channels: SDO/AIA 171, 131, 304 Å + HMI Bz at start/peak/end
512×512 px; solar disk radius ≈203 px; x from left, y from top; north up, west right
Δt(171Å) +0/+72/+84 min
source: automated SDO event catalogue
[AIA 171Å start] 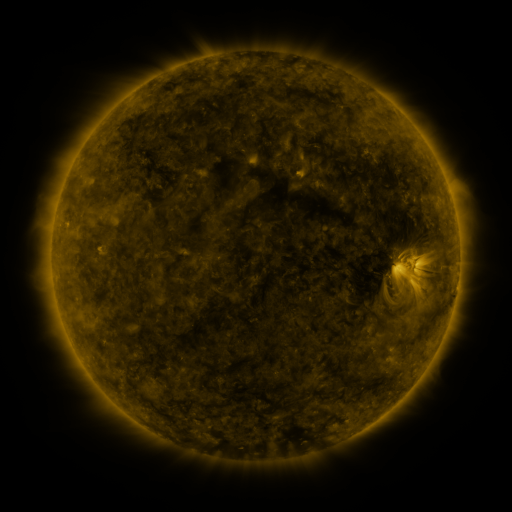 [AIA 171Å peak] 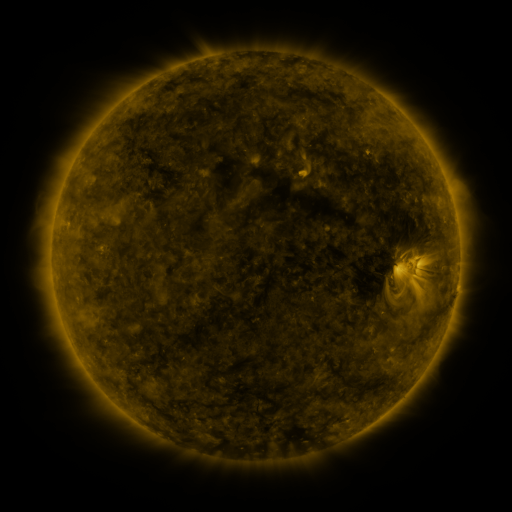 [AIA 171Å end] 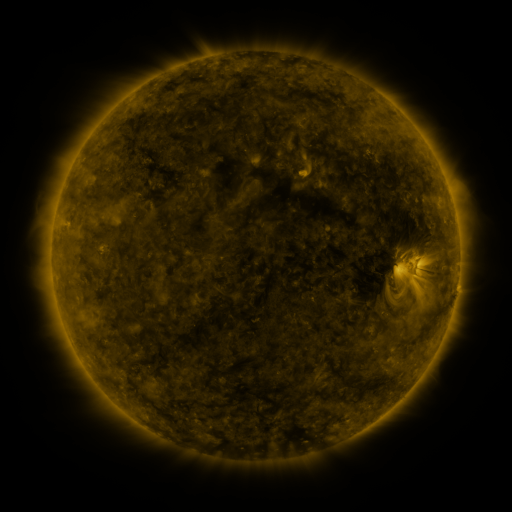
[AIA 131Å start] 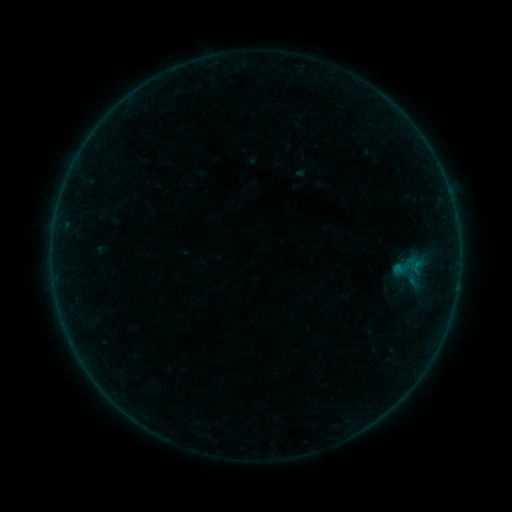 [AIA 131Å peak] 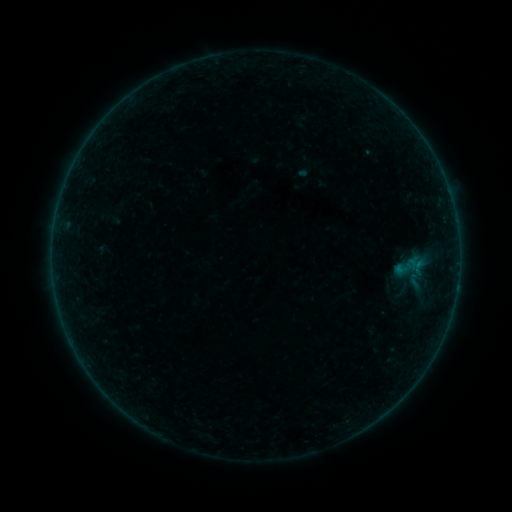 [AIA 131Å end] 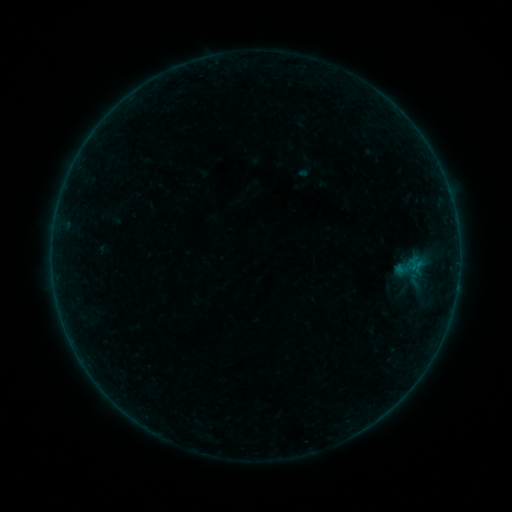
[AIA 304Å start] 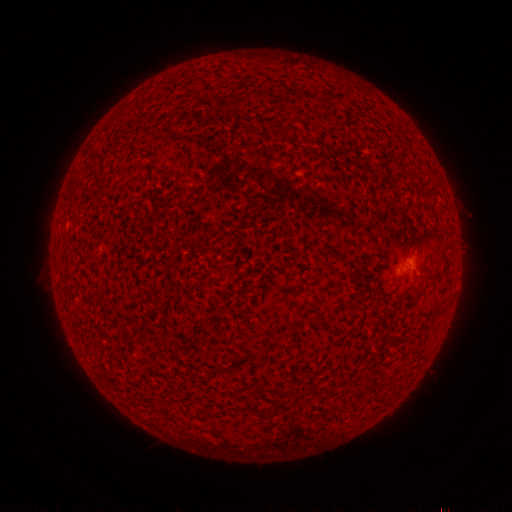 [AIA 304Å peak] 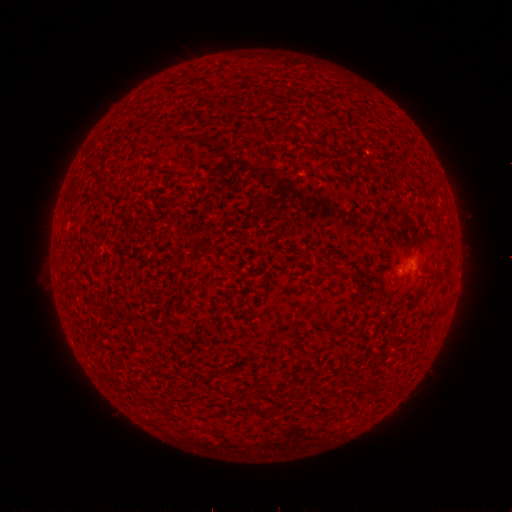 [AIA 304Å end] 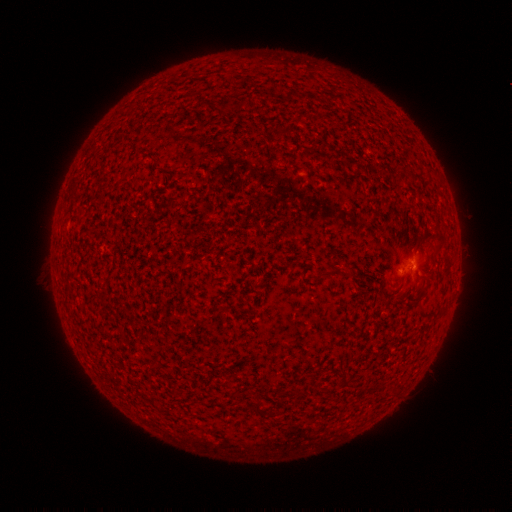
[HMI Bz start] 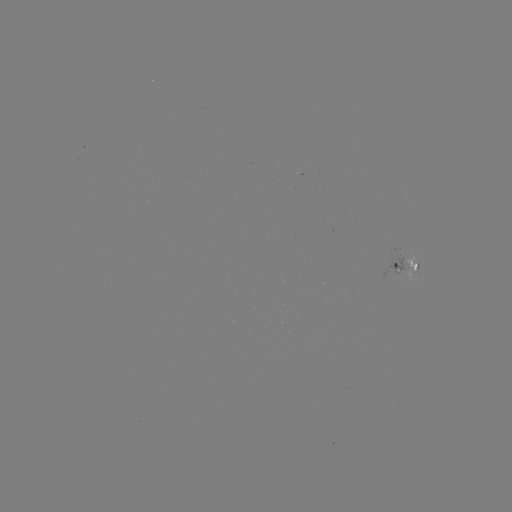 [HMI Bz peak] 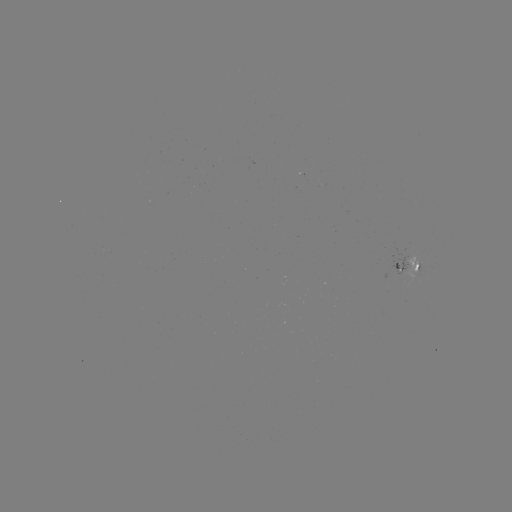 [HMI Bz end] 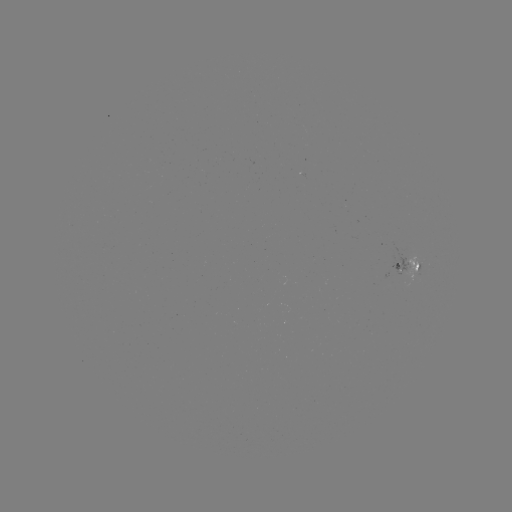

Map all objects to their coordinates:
emerging-flux region: (417, 267)
